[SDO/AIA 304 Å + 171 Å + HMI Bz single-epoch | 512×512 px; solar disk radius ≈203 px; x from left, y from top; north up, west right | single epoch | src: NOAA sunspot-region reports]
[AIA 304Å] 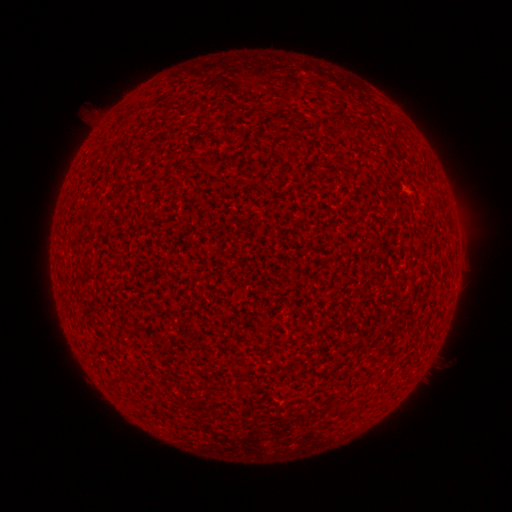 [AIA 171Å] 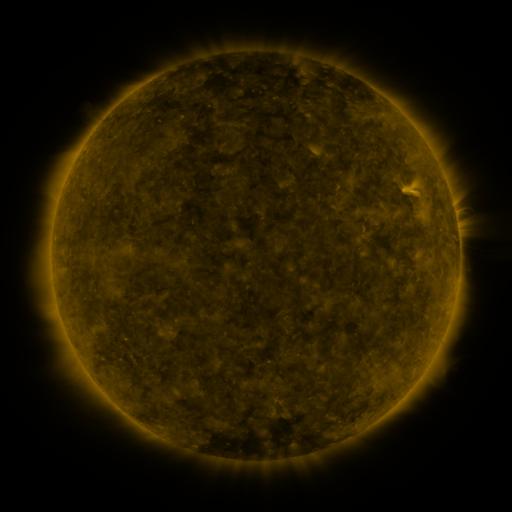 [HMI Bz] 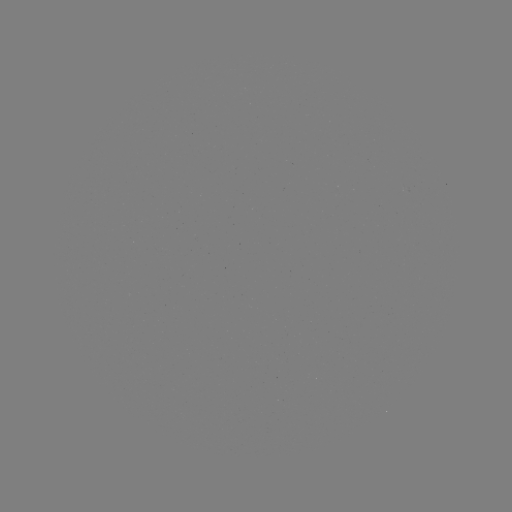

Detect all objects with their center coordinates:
(none)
